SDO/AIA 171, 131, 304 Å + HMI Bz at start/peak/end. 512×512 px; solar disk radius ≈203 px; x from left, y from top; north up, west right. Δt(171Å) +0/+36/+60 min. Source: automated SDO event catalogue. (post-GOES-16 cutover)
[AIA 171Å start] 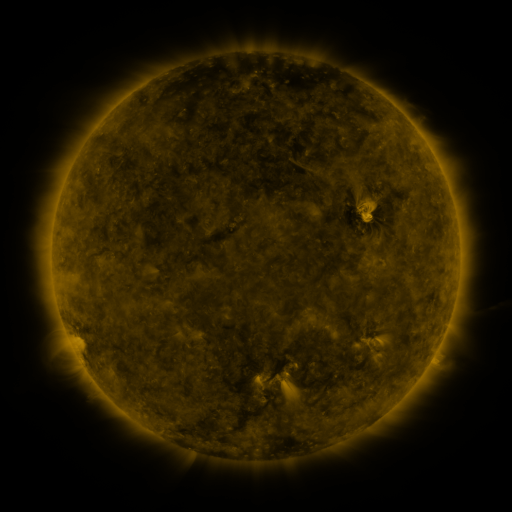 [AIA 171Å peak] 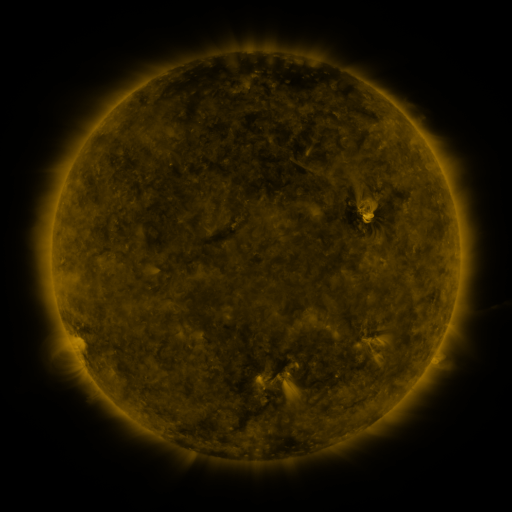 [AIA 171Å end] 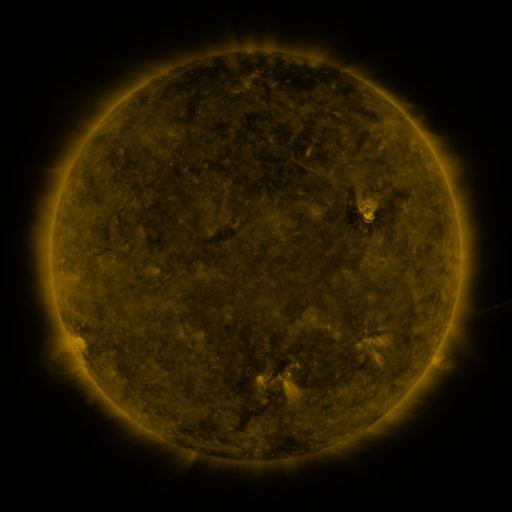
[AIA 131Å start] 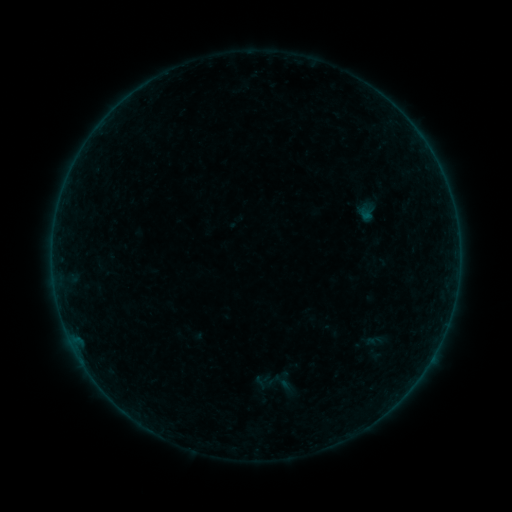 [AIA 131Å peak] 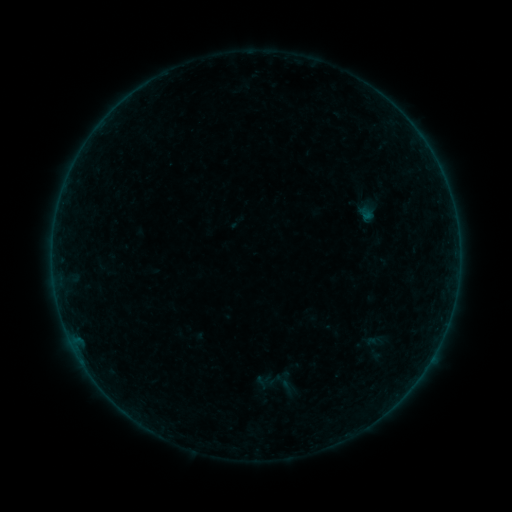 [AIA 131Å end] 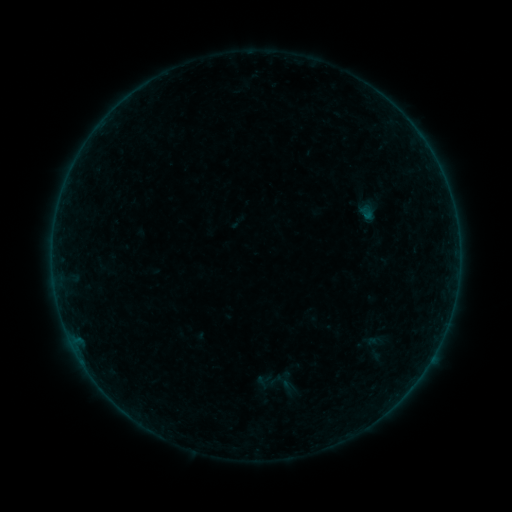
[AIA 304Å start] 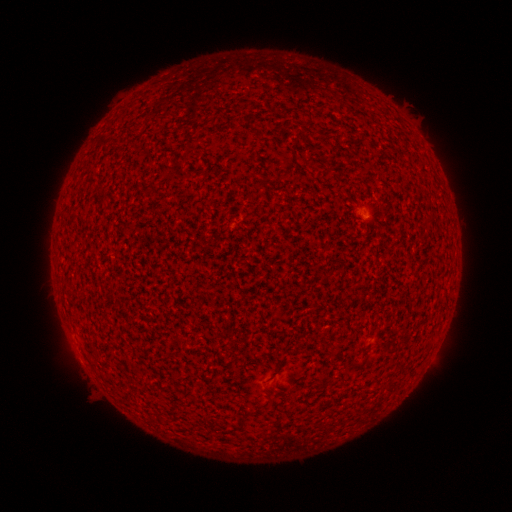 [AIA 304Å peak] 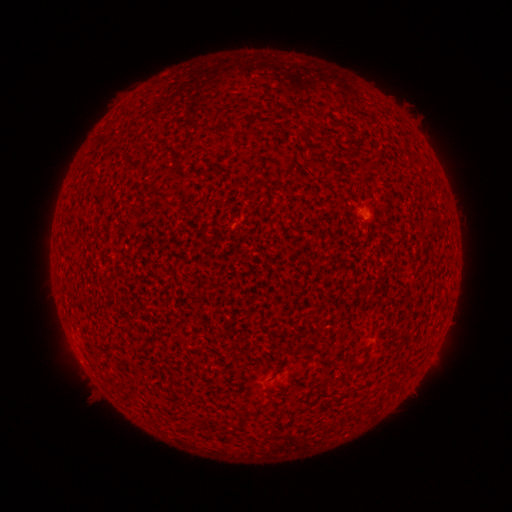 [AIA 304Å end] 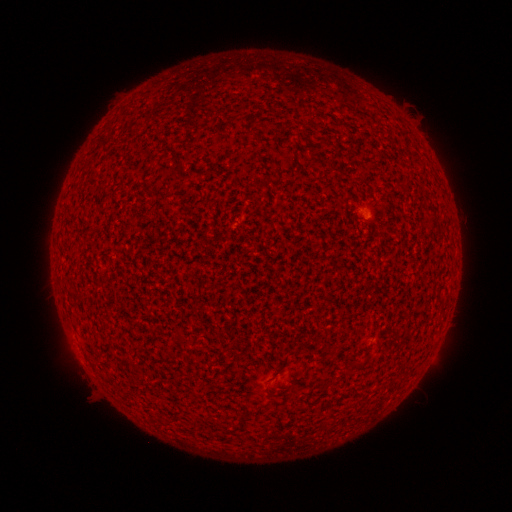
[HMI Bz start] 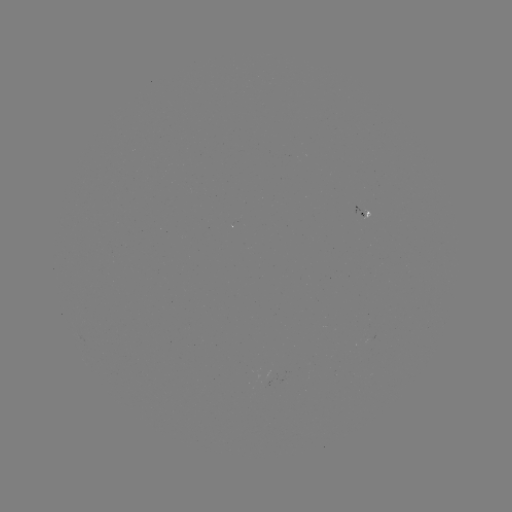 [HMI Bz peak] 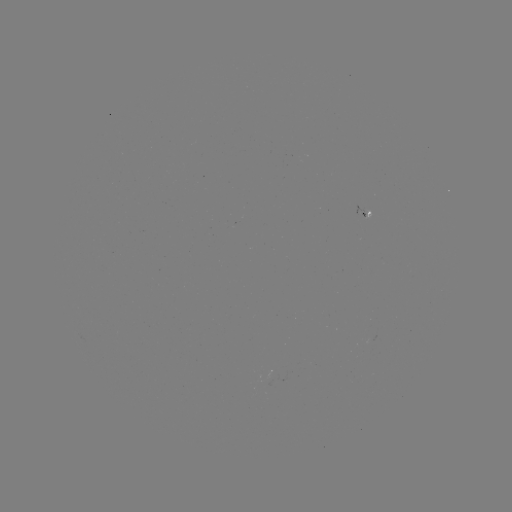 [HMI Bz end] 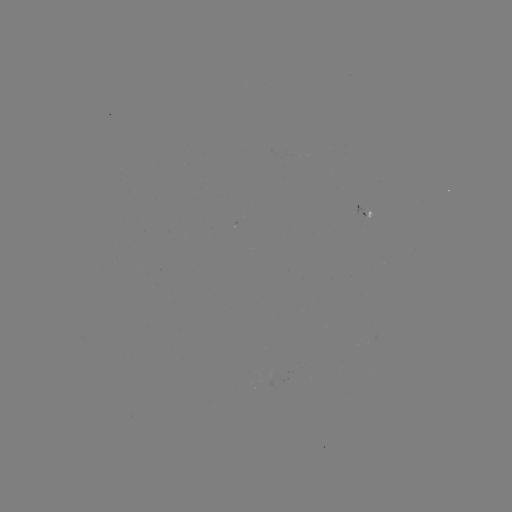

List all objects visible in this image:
A2.5 flare: (367, 212)
